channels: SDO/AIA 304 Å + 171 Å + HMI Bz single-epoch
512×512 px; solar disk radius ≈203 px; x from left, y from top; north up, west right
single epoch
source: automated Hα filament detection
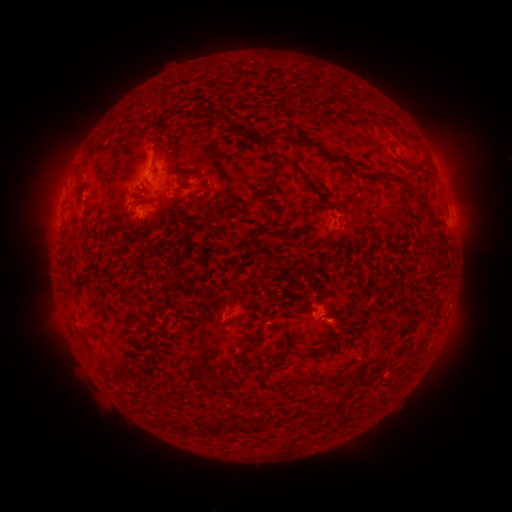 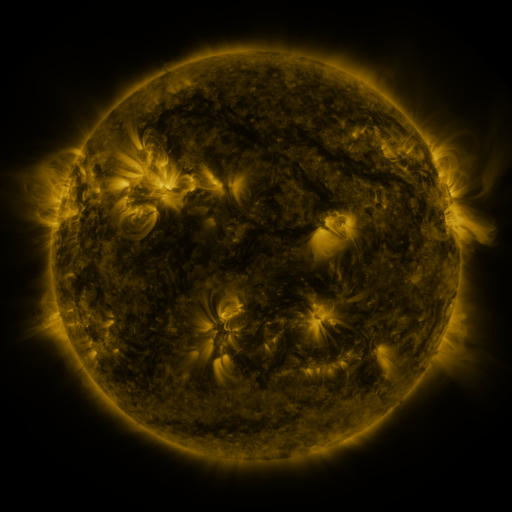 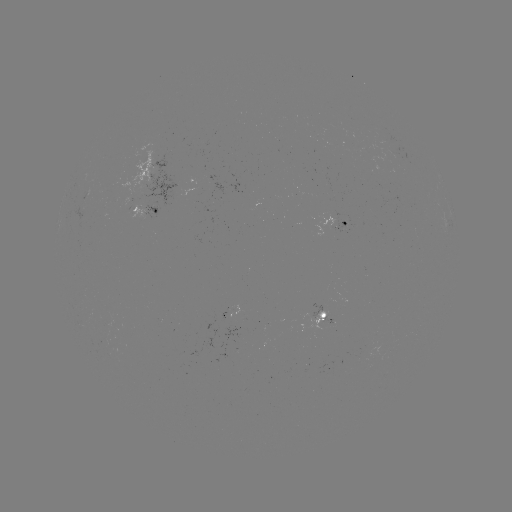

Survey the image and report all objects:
filament: (200, 114)
filament: (266, 139)
filament: (302, 142)
filament: (157, 145)
filament: (338, 158)
filament: (279, 166)
filament: (155, 168)
filament: (424, 172)
filament: (364, 174)
filament: (221, 177)
filament: (245, 182)
filament: (205, 184)
filament: (312, 187)
filament: (320, 188)
filament: (79, 190)
filament: (180, 197)
filament: (250, 197)
filament: (374, 197)
filament: (230, 205)
filament: (89, 210)
filament: (424, 211)
filament: (142, 220)
filament: (224, 221)
filament: (187, 226)
filament: (251, 230)
filament: (290, 235)
filament: (217, 239)
filament: (311, 239)
filament: (246, 244)
filament: (188, 245)
filament: (432, 259)
filament: (257, 278)
filament: (171, 283)
filament: (328, 286)
filament: (133, 289)
filament: (241, 295)
filament: (206, 309)
filament: (260, 310)
filament: (239, 318)
filament: (165, 324)
filament: (341, 325)
filament: (182, 326)
filament: (143, 327)
filament: (360, 327)
filament: (93, 334)
filament: (160, 338)
filament: (250, 342)
filament: (171, 350)
filament: (206, 350)
filament: (299, 351)
filament: (211, 363)
filament: (347, 365)
filament: (244, 427)
filament: (187, 429)
